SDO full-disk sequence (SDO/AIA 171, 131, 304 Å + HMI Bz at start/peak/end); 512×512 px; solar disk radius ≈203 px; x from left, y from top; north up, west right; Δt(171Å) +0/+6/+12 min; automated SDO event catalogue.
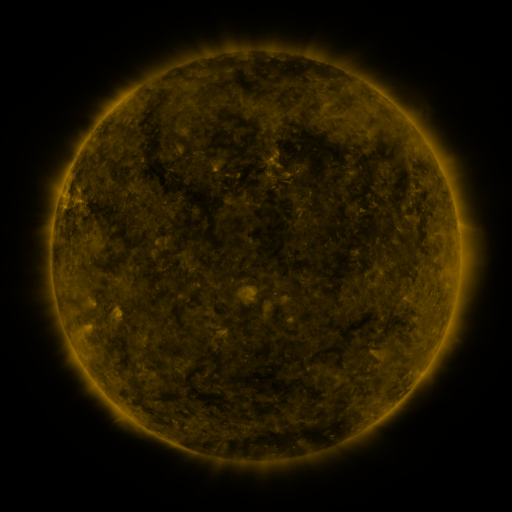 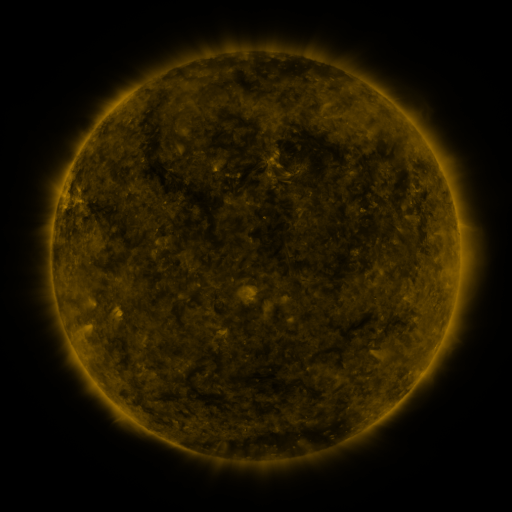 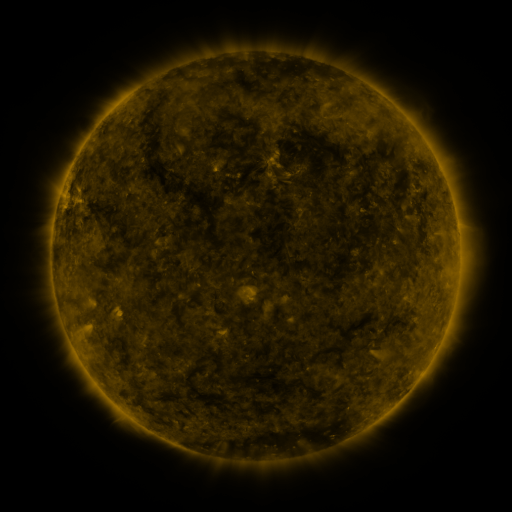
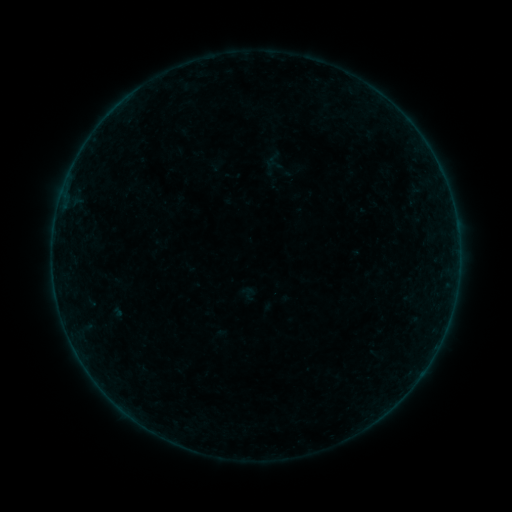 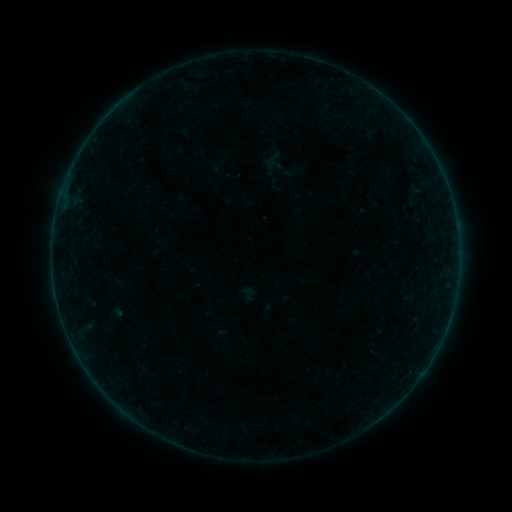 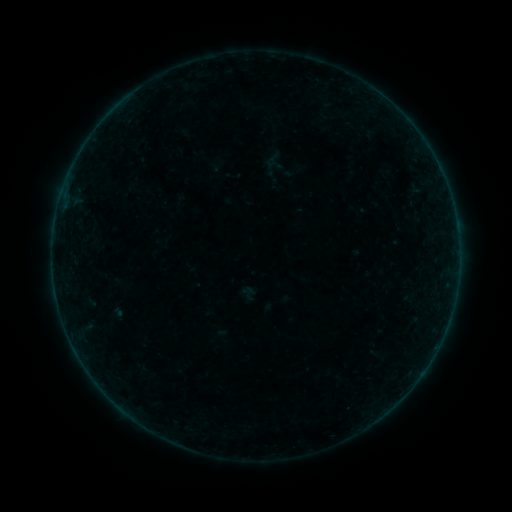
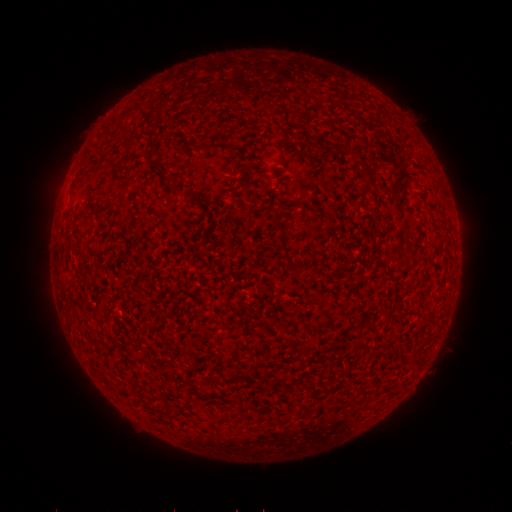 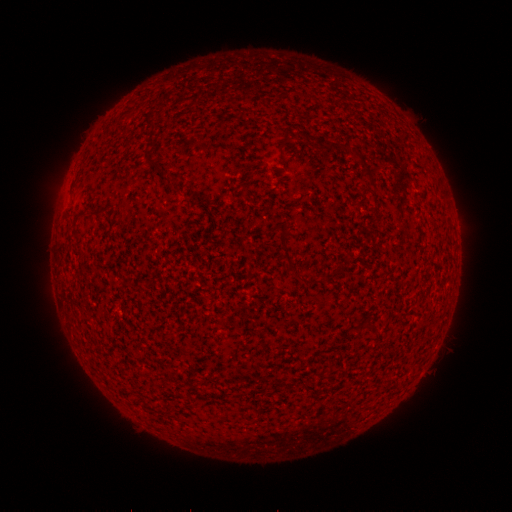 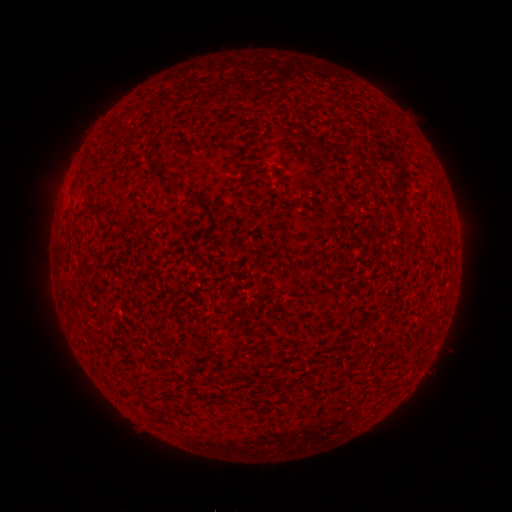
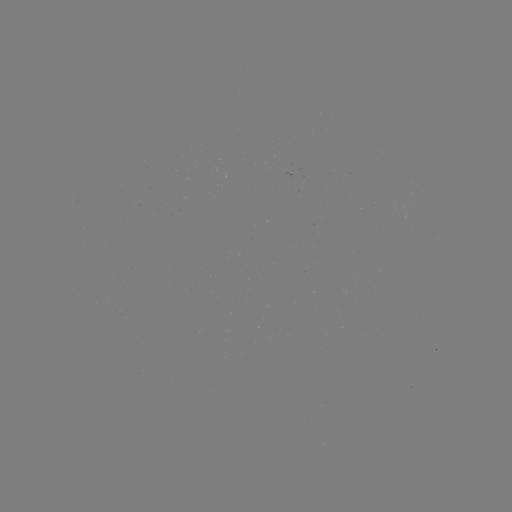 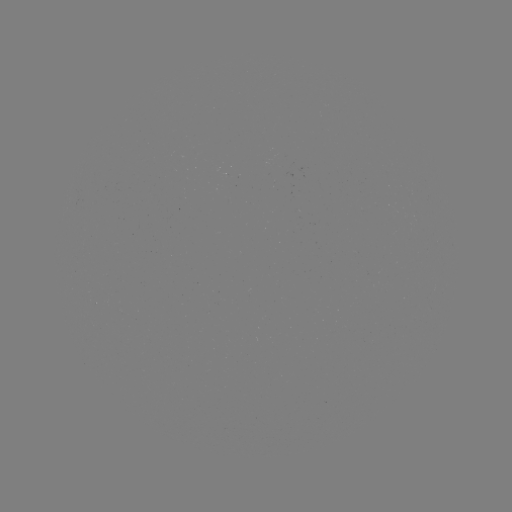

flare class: B2.0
